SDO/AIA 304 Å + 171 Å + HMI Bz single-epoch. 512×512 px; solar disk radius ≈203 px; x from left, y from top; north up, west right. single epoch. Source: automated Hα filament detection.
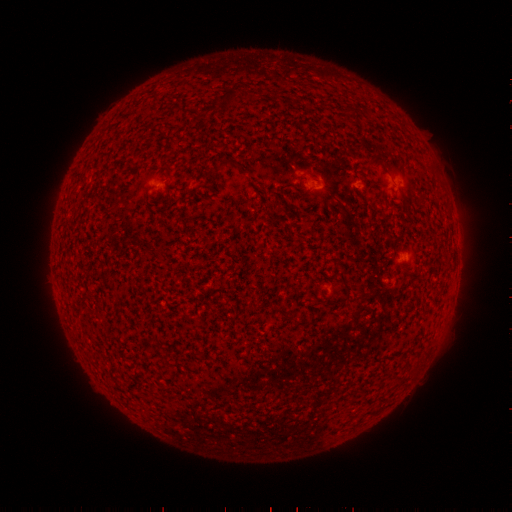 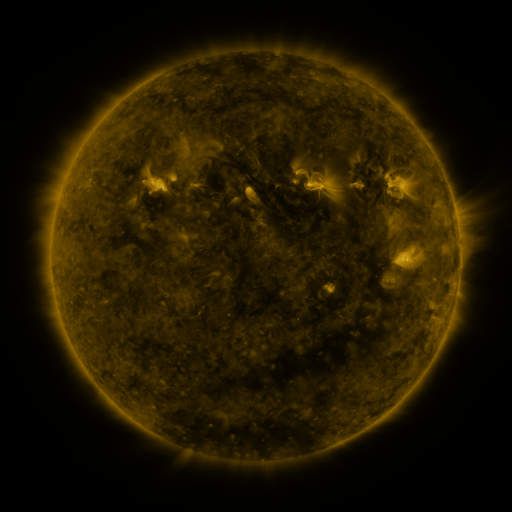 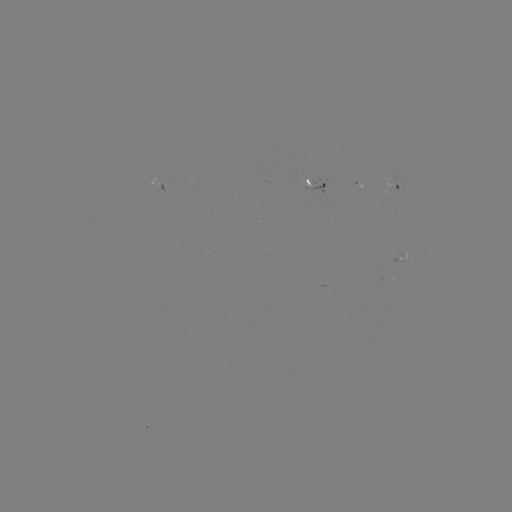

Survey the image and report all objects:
filament: (226, 99)
filament: (346, 110)
filament: (379, 158)
filament: (228, 162)
filament: (343, 279)
